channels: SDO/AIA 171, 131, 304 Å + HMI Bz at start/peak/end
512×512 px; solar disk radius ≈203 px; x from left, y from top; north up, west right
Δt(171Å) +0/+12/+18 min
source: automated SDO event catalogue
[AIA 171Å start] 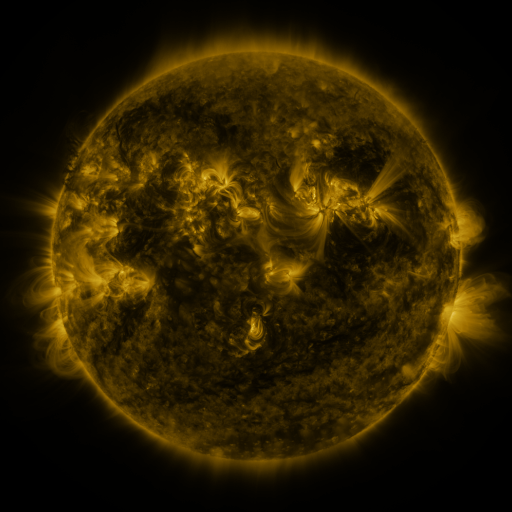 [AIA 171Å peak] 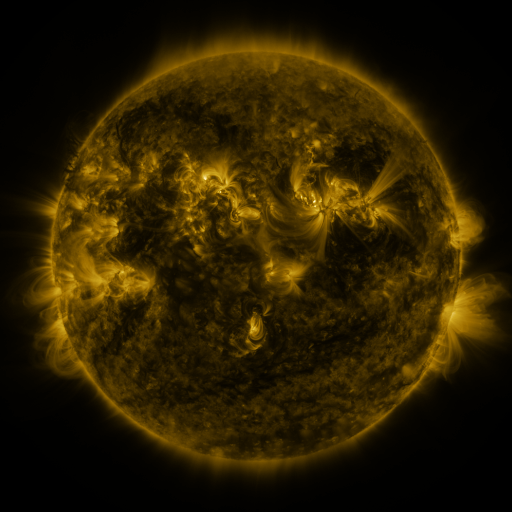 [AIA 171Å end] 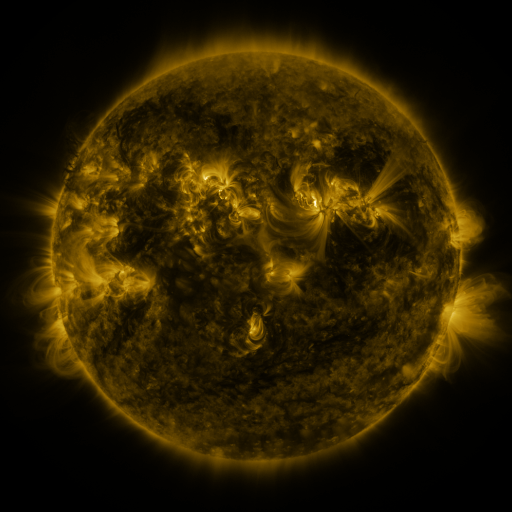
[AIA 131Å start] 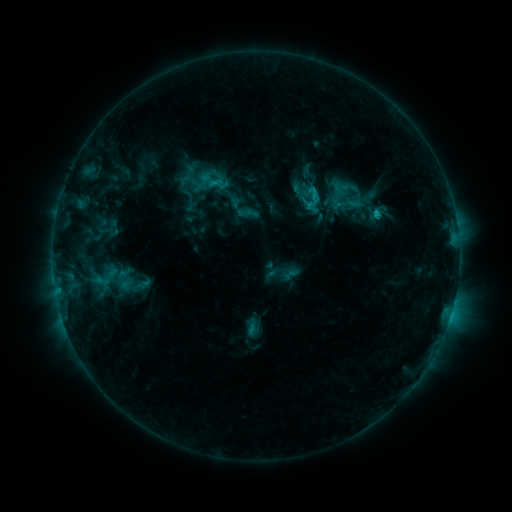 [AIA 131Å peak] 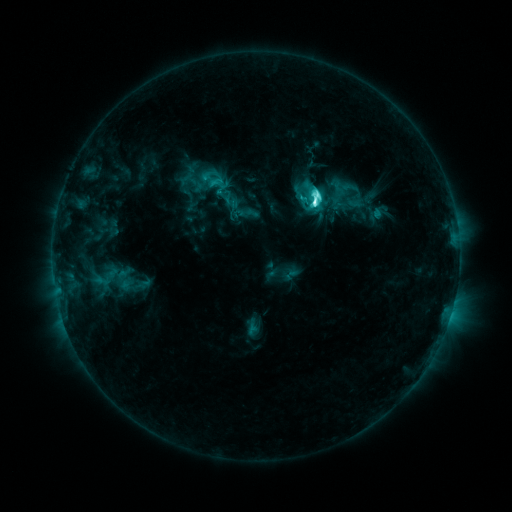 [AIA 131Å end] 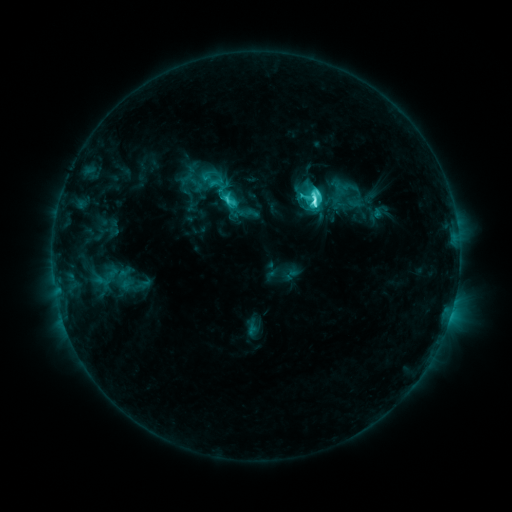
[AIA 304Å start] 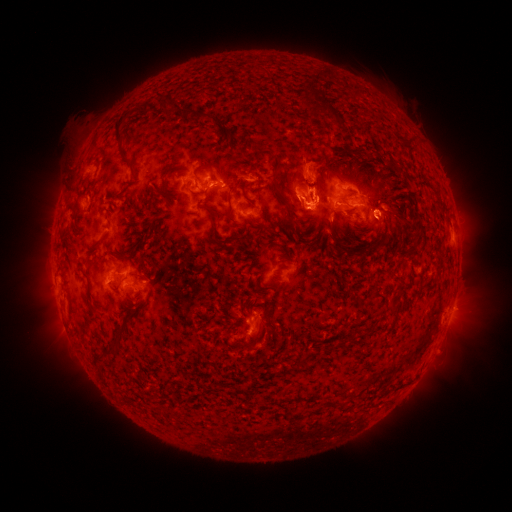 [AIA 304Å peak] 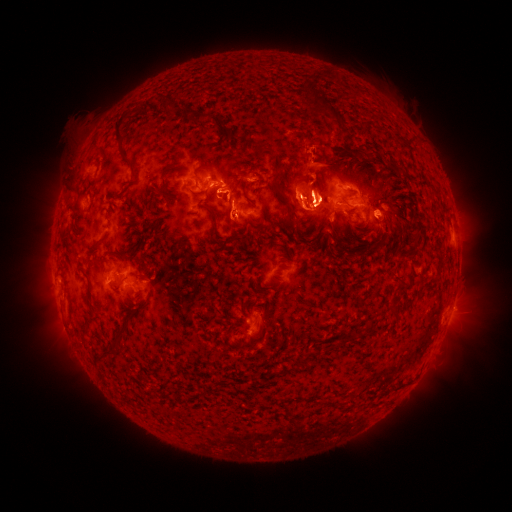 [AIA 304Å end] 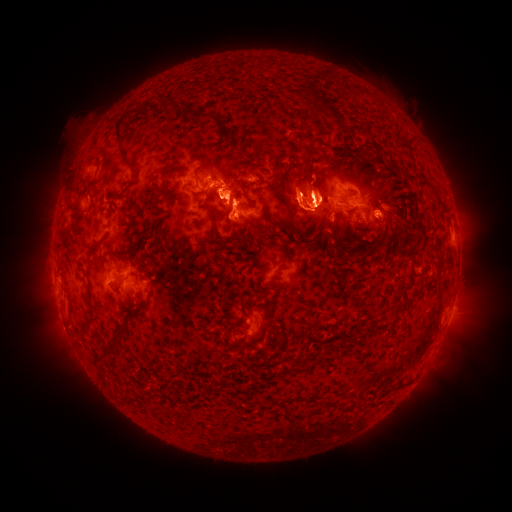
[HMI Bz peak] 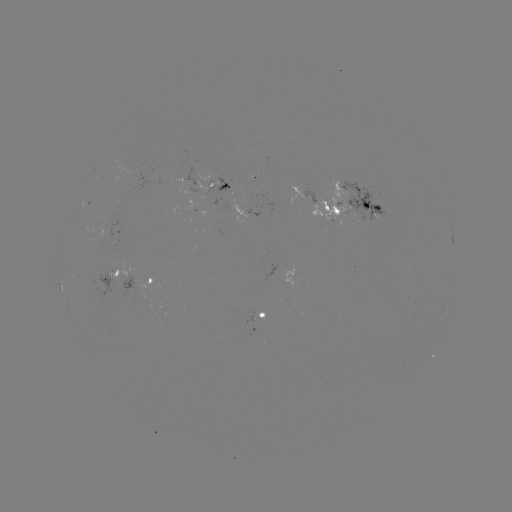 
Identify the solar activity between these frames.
C9.2 flare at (314, 204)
